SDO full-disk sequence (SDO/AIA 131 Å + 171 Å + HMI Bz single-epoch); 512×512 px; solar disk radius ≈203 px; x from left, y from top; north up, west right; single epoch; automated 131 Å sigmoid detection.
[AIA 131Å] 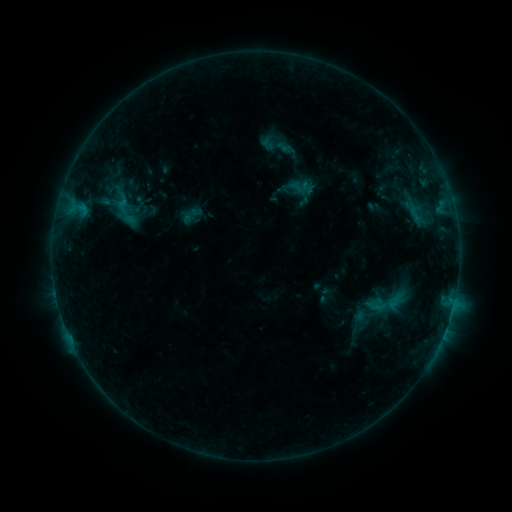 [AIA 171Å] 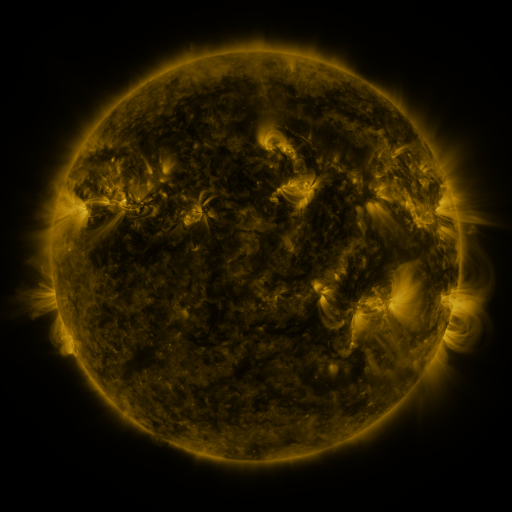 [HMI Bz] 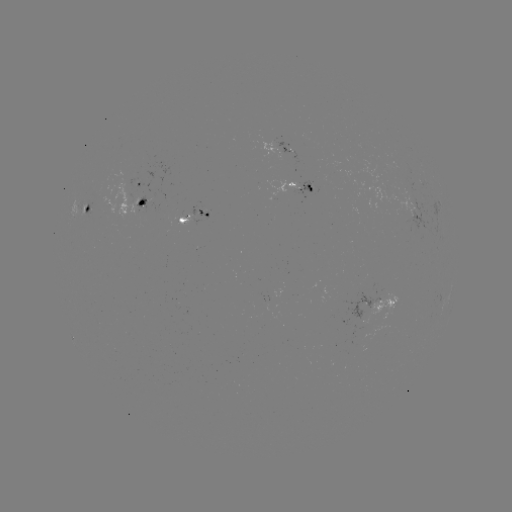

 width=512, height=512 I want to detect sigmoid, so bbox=[105, 193, 145, 233].